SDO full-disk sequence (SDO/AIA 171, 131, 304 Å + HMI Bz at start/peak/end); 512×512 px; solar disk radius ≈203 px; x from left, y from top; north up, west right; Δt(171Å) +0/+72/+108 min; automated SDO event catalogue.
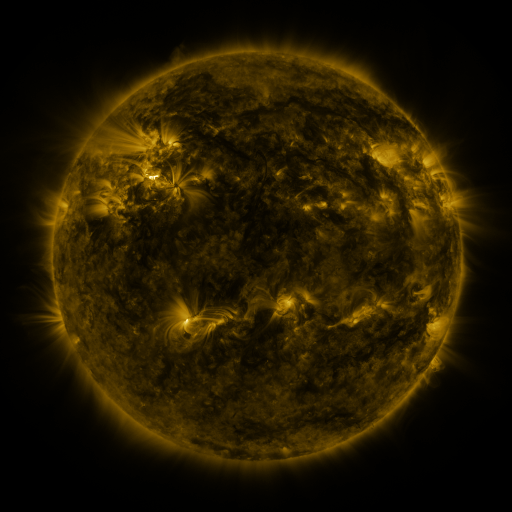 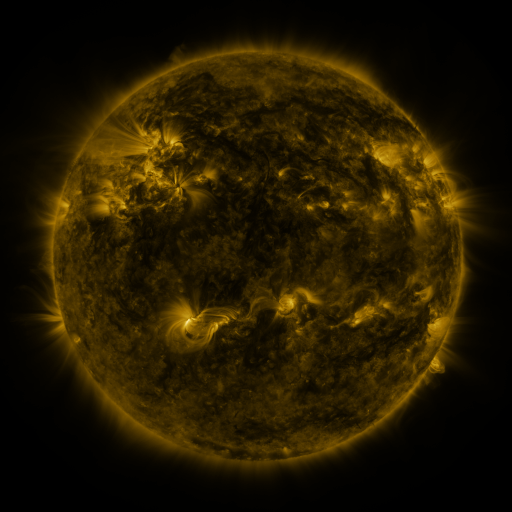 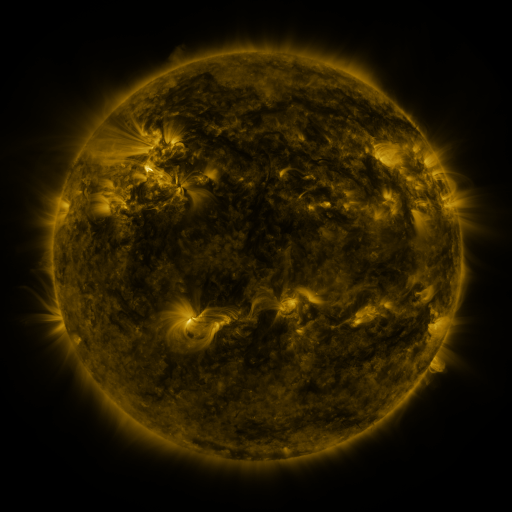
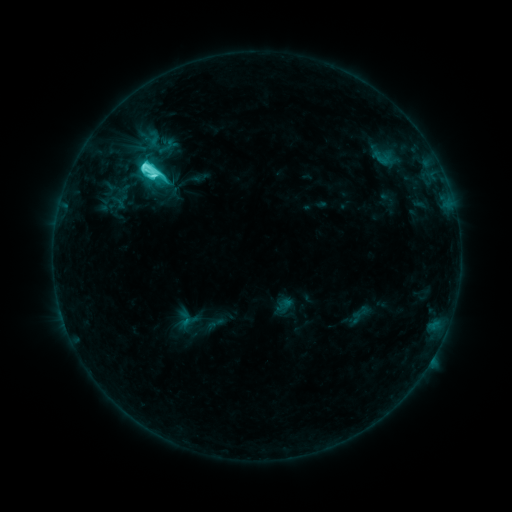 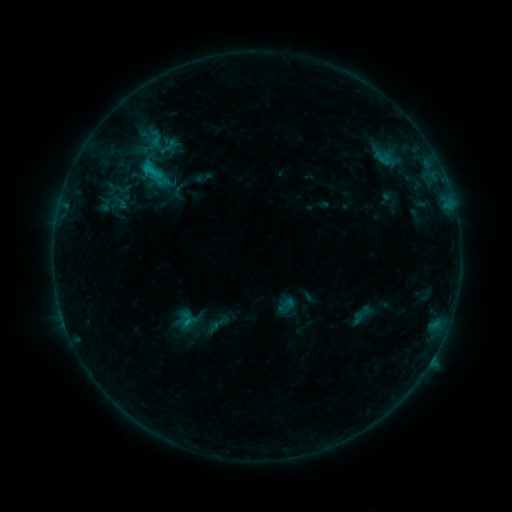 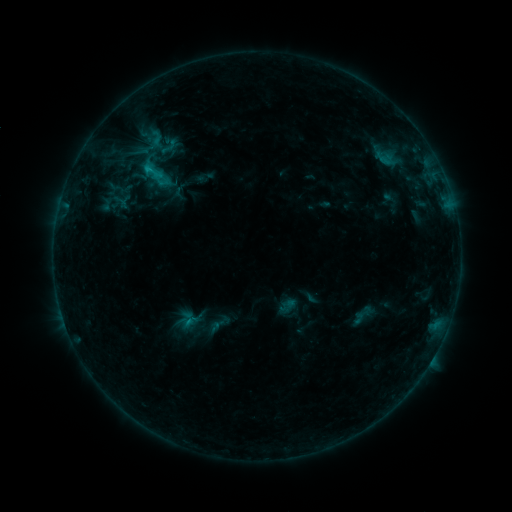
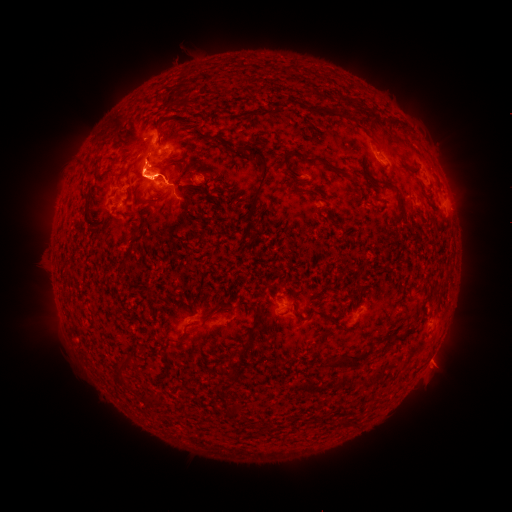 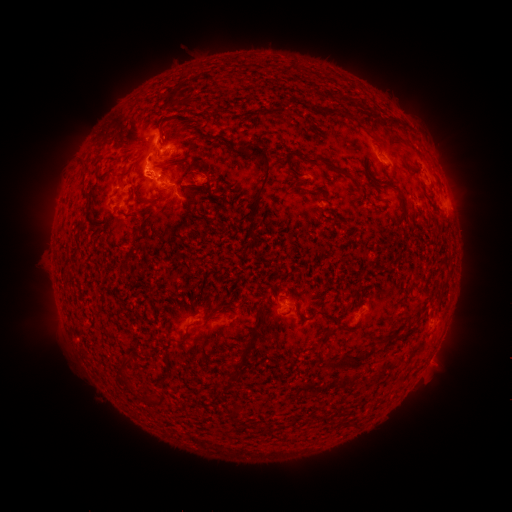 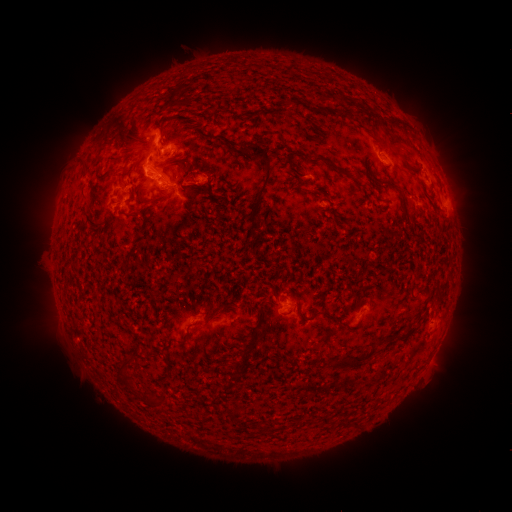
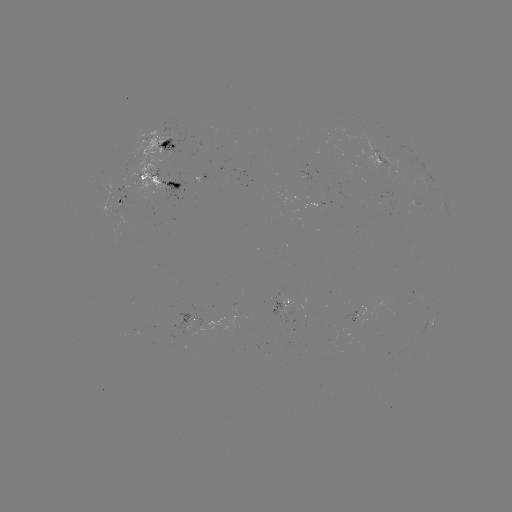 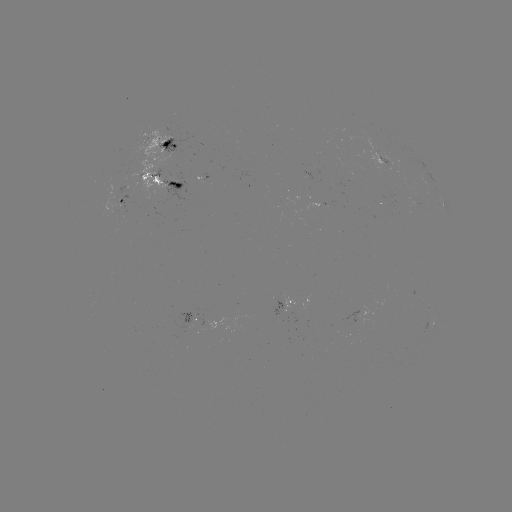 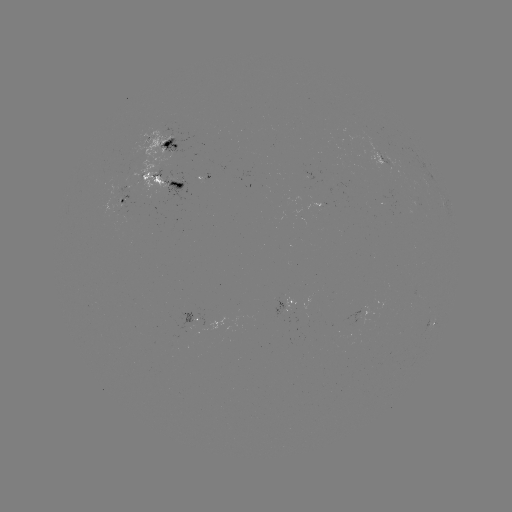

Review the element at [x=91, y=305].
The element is emerging-flux region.